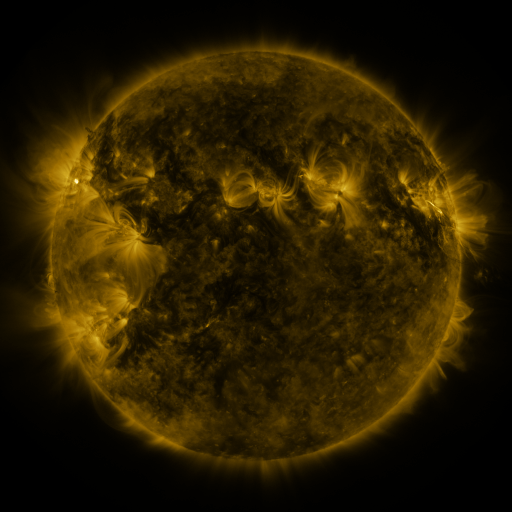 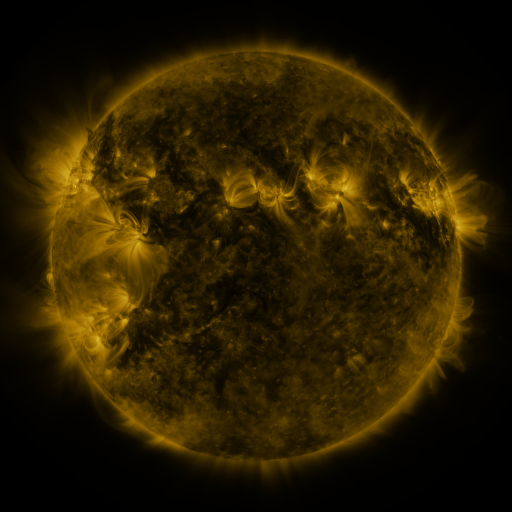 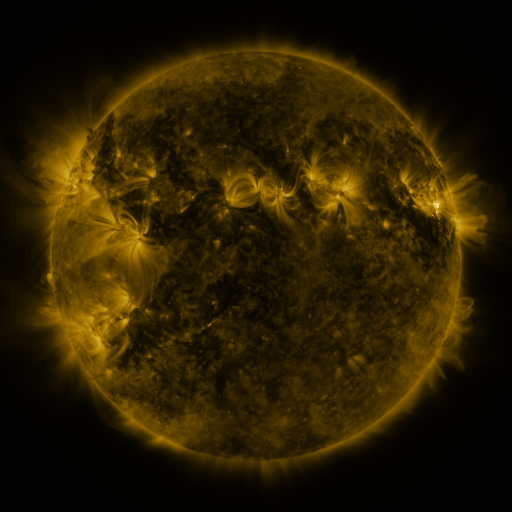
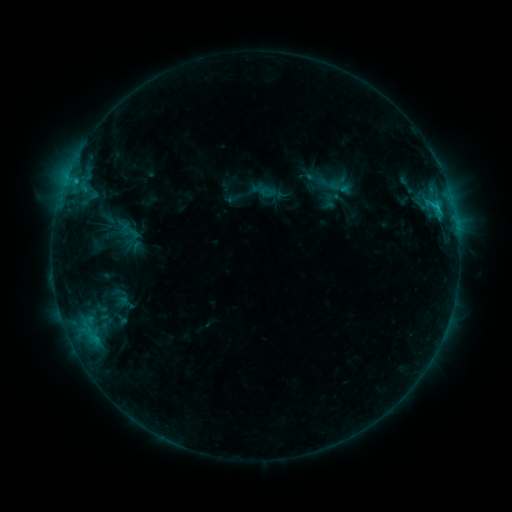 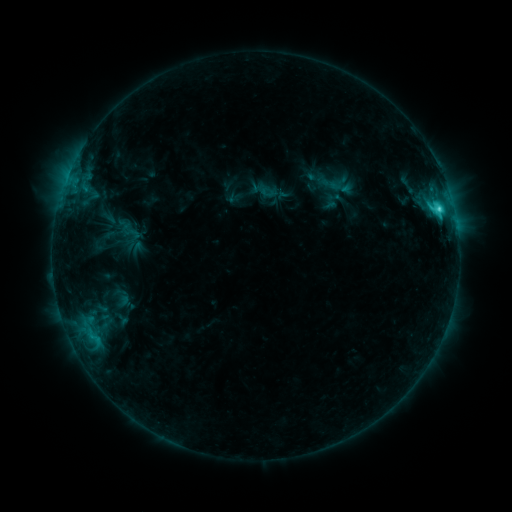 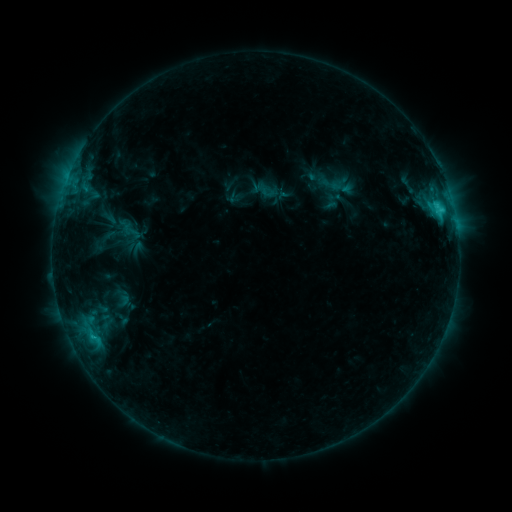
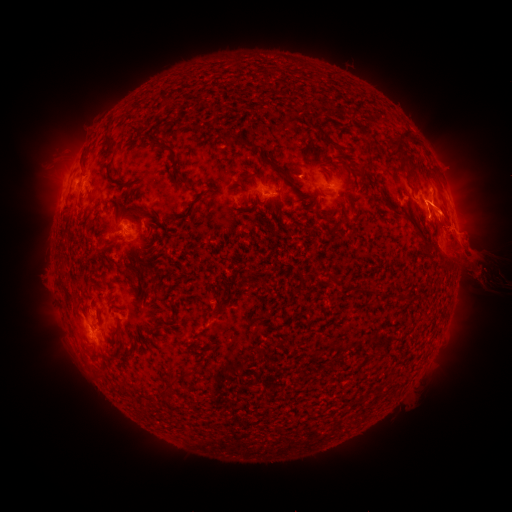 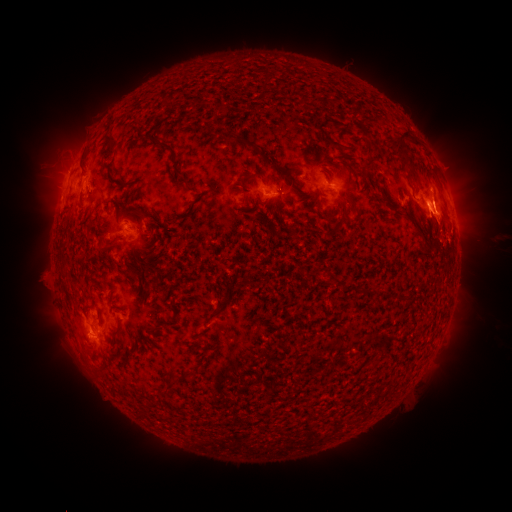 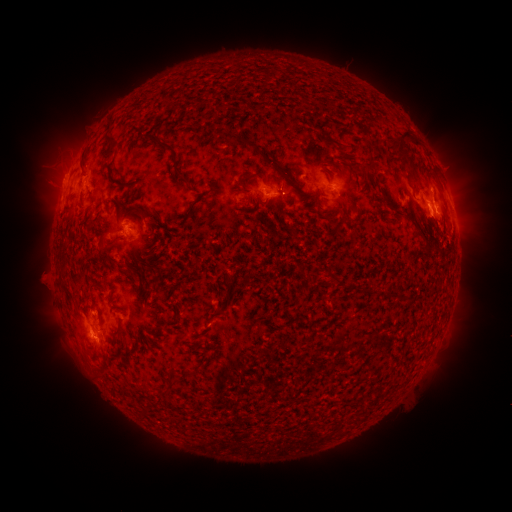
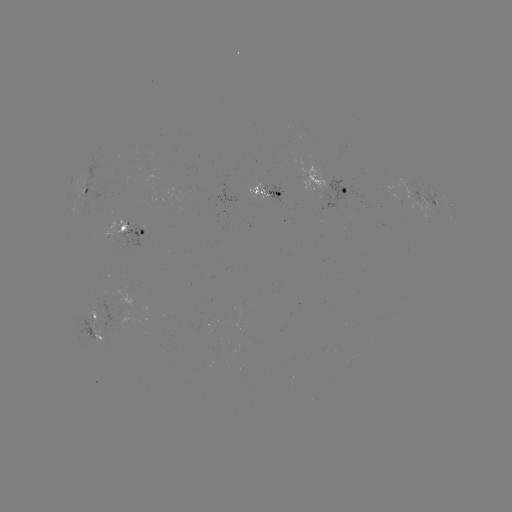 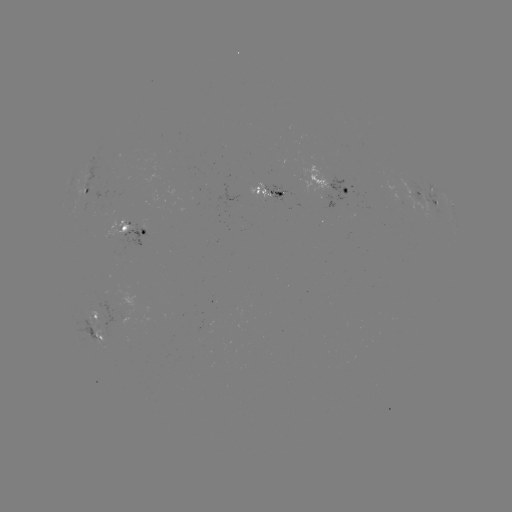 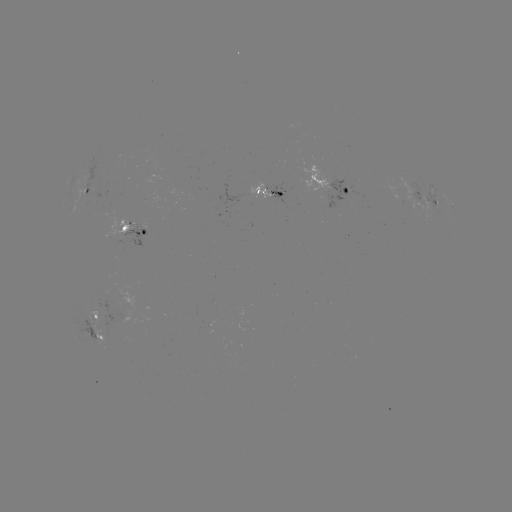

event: flare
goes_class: C3.6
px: (438, 211)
